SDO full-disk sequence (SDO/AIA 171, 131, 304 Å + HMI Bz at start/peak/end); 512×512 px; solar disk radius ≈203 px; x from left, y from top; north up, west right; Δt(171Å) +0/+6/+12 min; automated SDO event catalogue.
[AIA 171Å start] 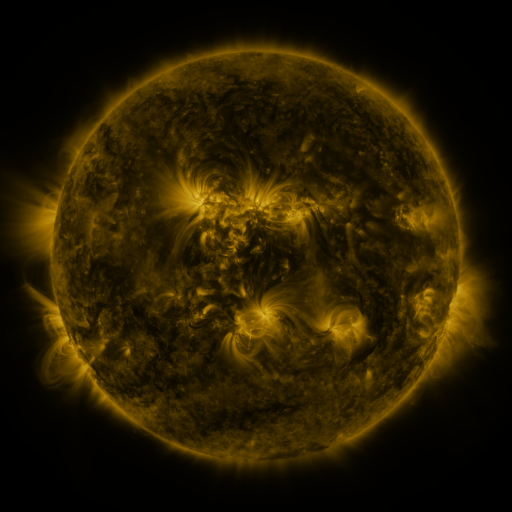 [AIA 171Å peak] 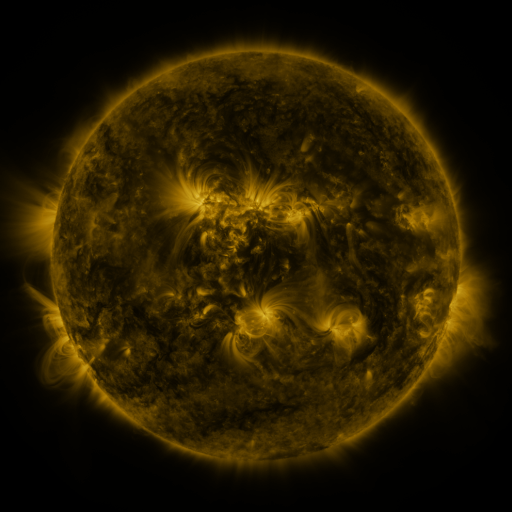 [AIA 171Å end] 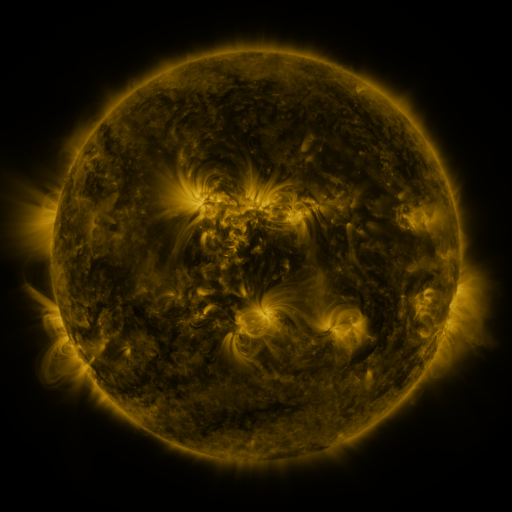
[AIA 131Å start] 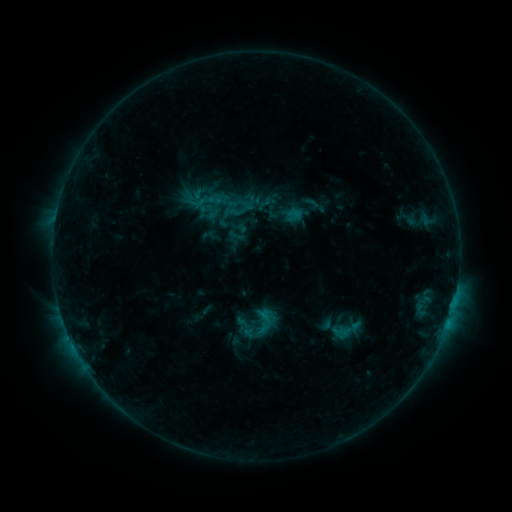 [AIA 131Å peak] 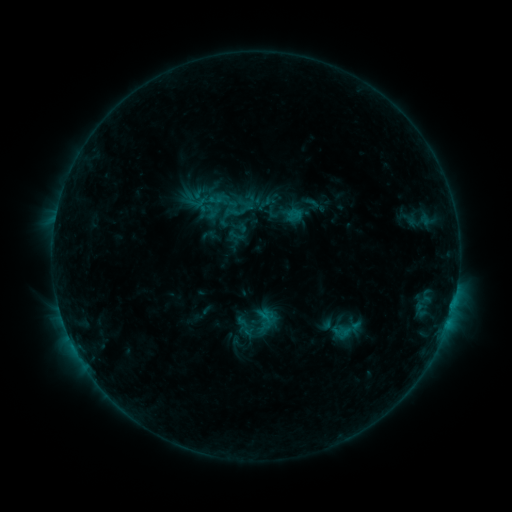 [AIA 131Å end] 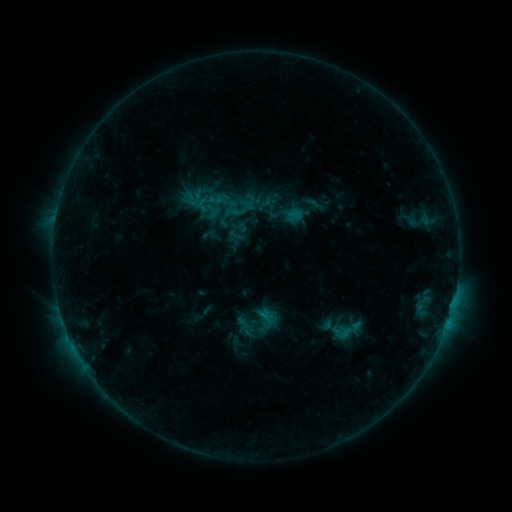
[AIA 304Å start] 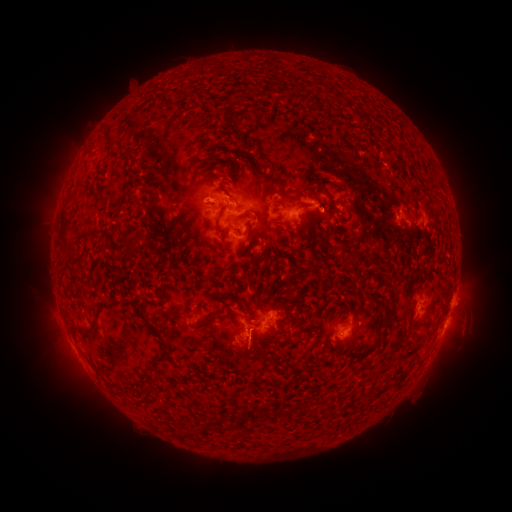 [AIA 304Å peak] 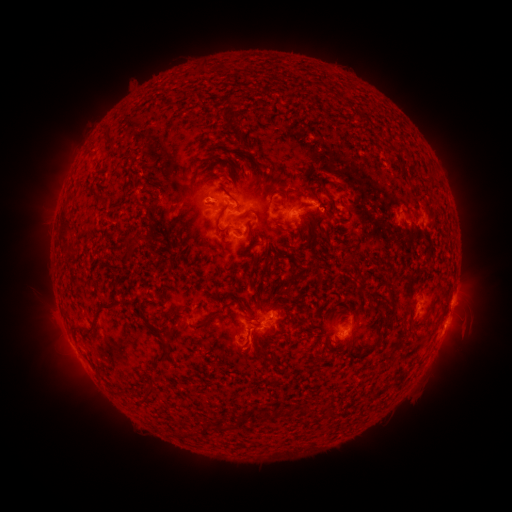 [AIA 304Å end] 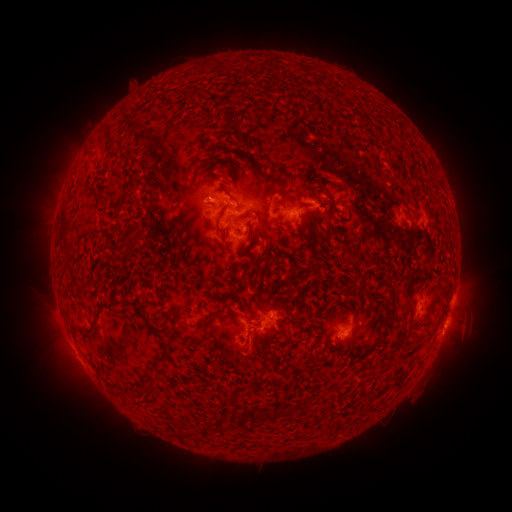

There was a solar eruption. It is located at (247, 355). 